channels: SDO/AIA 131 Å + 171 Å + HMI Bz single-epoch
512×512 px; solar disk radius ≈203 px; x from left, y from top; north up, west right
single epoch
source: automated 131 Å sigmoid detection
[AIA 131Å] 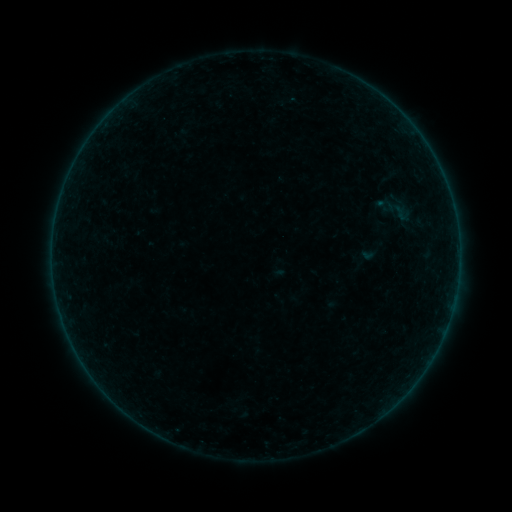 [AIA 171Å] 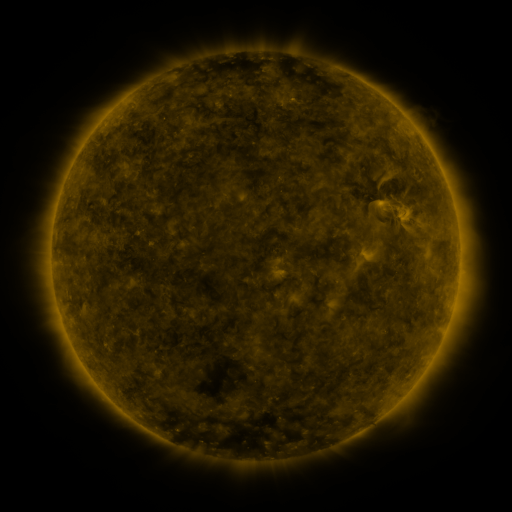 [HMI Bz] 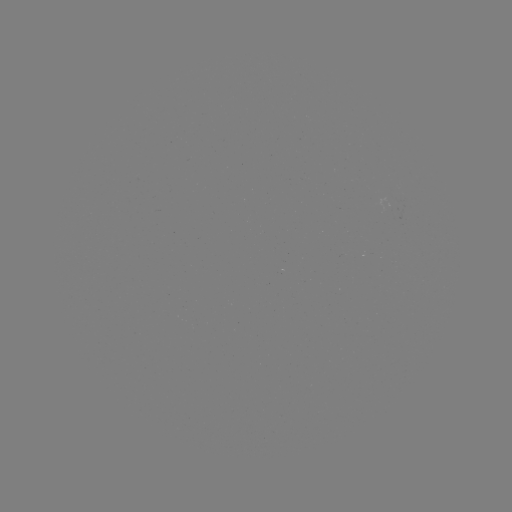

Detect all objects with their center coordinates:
sigmoid: (397, 209)
sigmoid: (366, 255)
